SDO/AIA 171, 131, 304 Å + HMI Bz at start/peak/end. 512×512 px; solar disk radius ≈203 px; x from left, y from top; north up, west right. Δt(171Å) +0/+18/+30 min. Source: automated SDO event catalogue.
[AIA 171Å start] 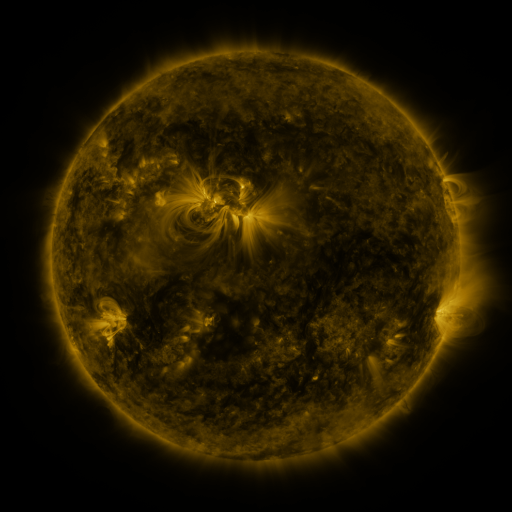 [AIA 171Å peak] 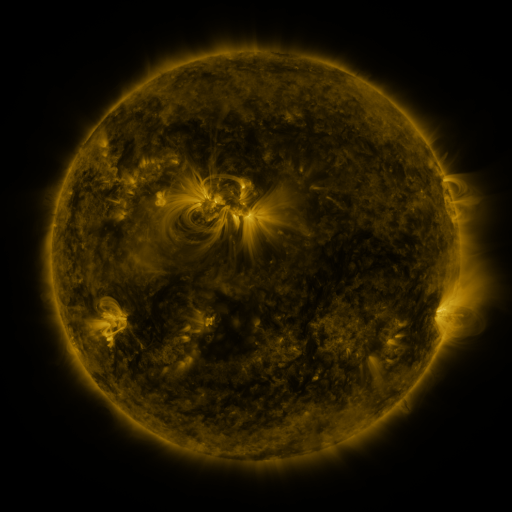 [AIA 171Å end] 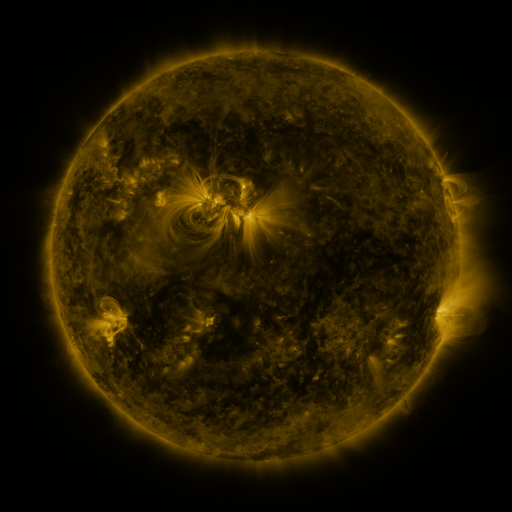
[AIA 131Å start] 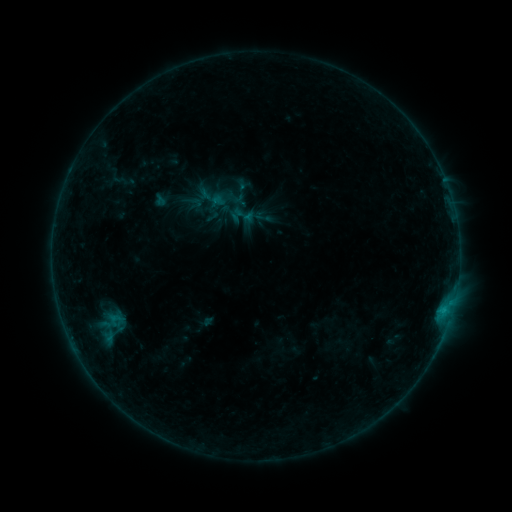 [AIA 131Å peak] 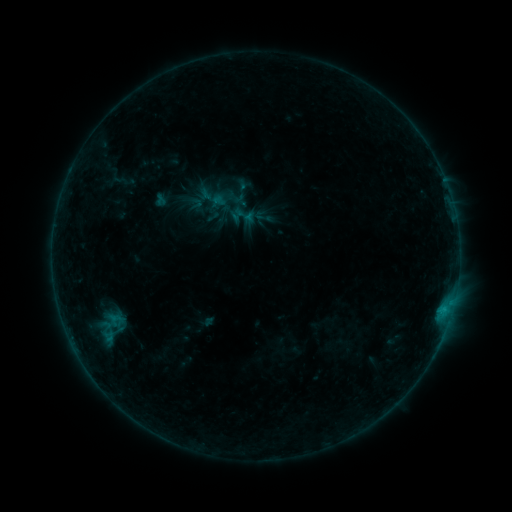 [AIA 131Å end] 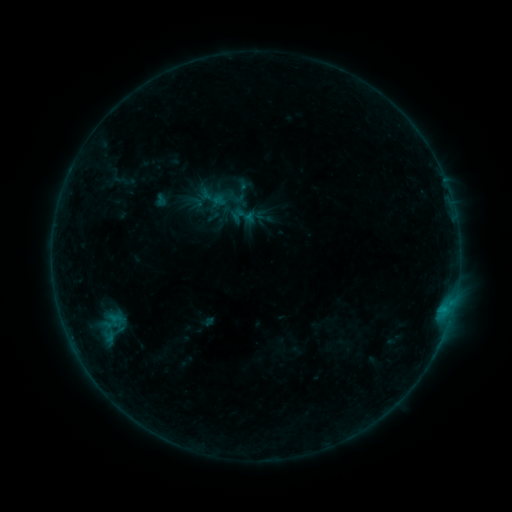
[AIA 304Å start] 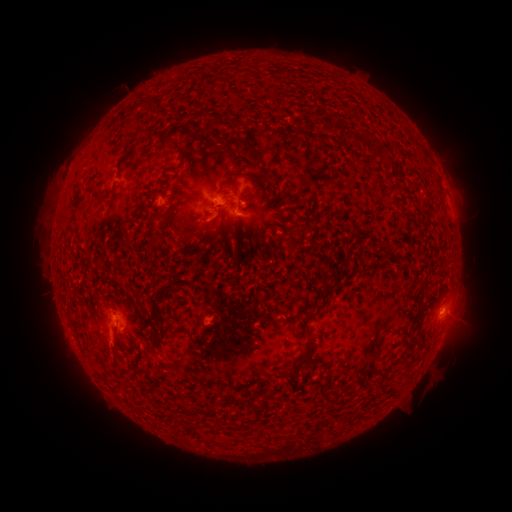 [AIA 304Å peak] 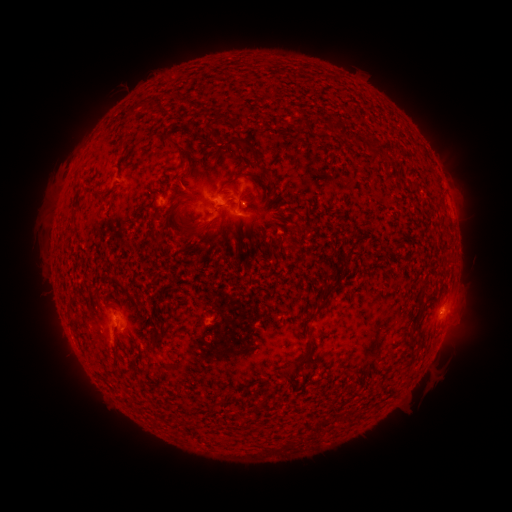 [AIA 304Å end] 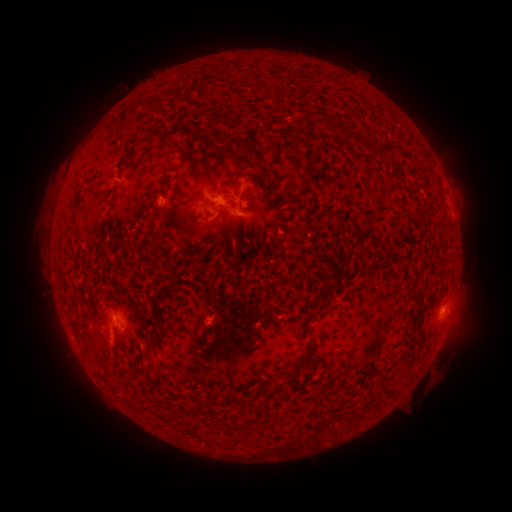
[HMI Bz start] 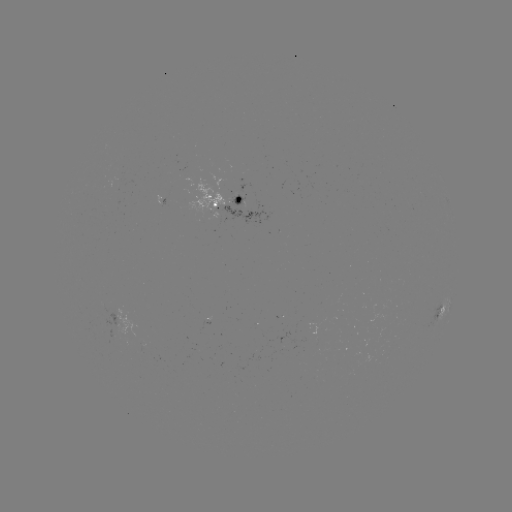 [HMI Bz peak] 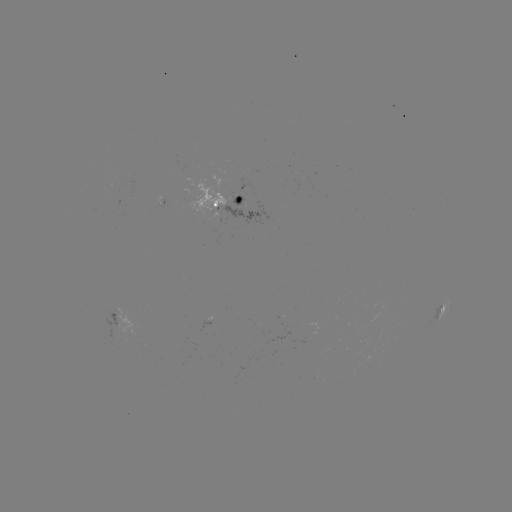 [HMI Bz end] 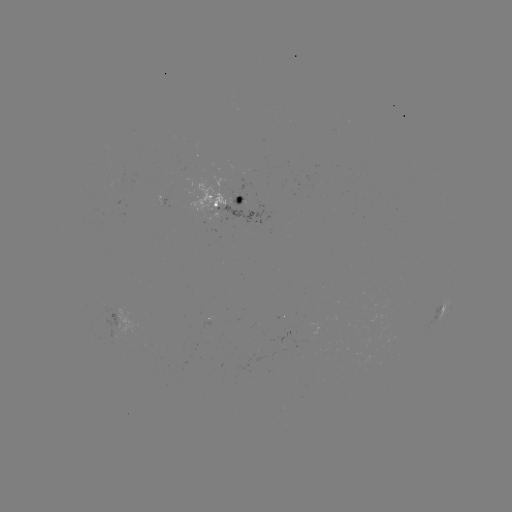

no flare in any classed list; no EUV-trigger detection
